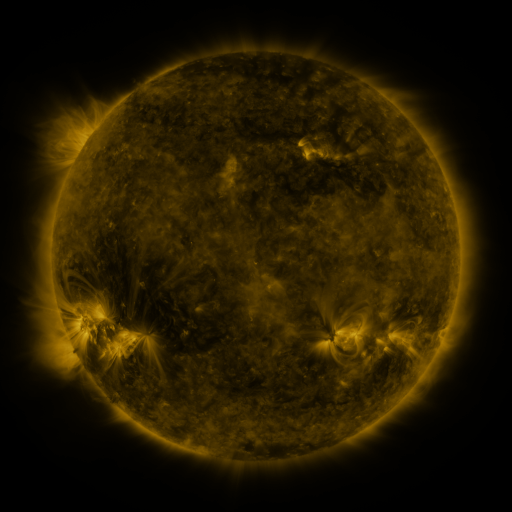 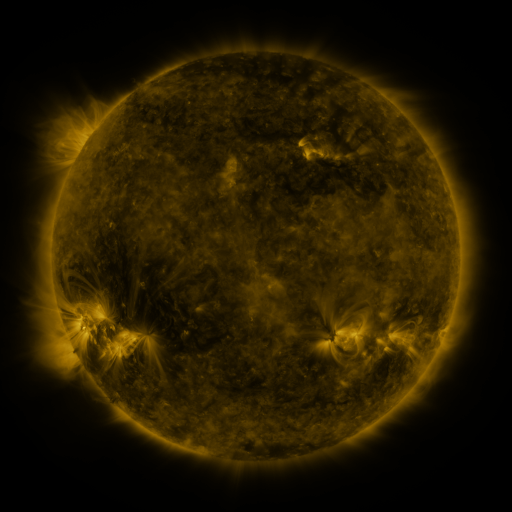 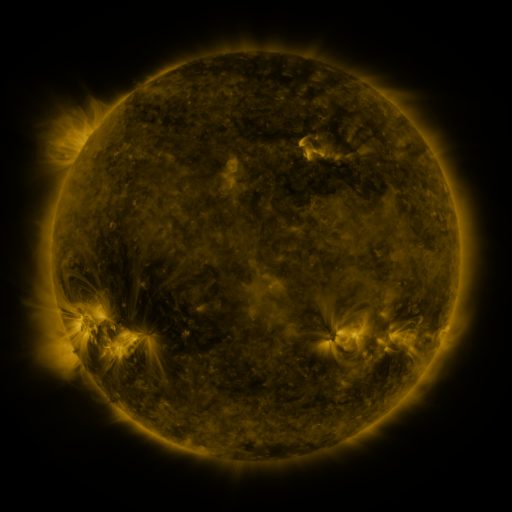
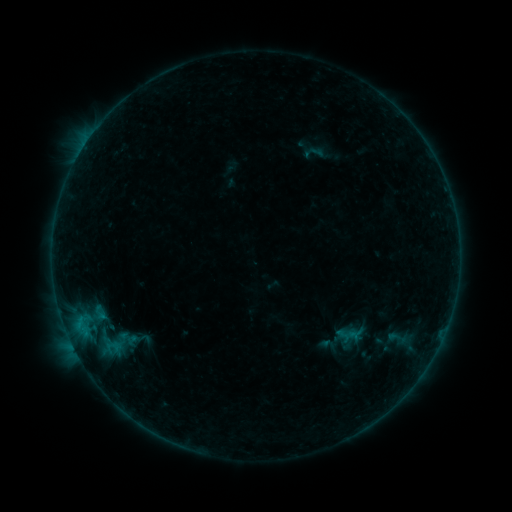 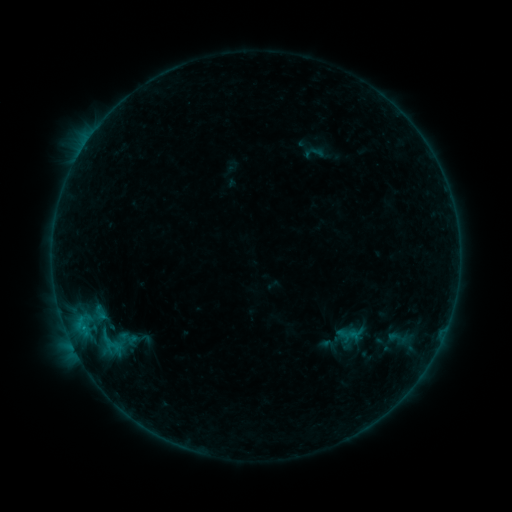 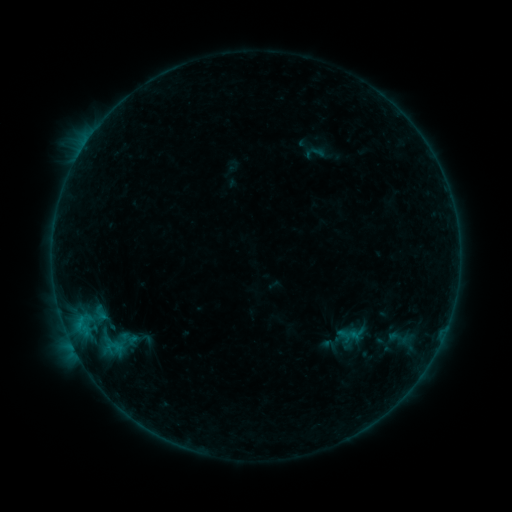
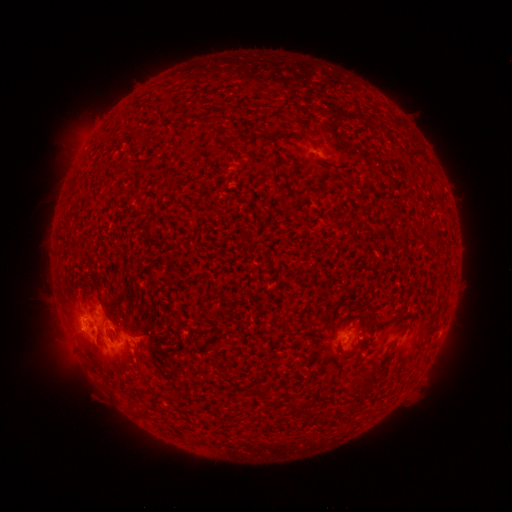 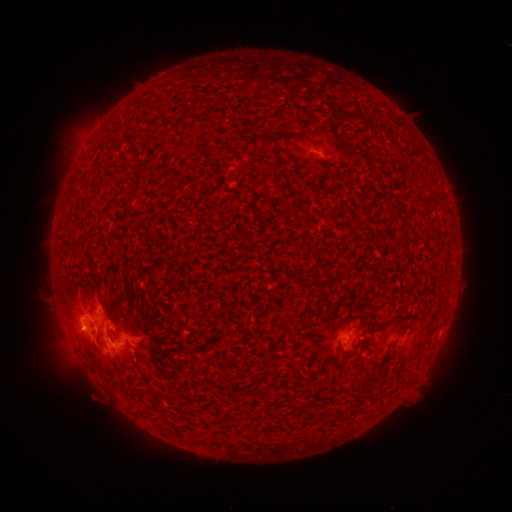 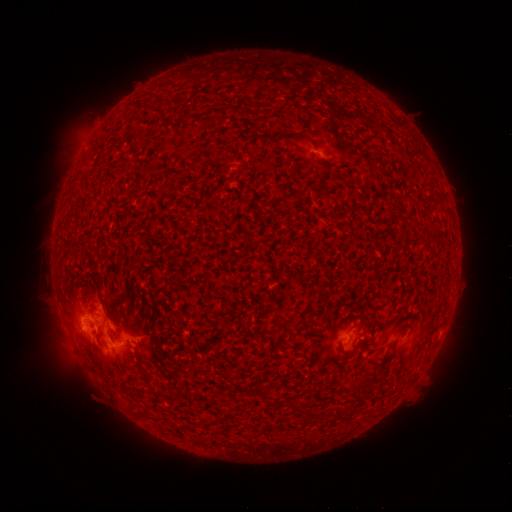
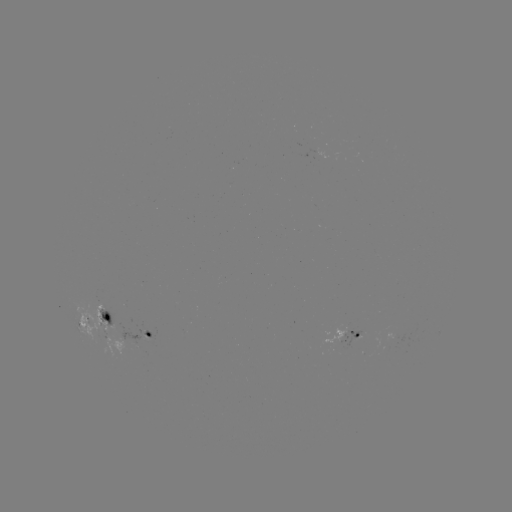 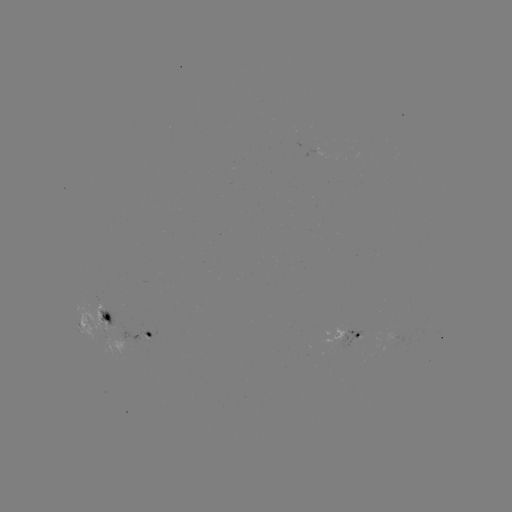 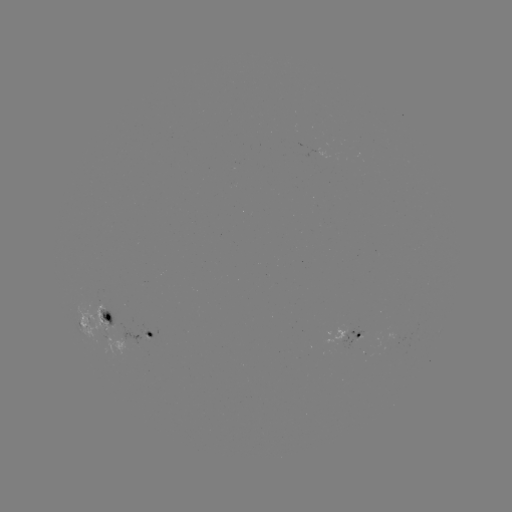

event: flare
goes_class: B6.1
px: (108, 338)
